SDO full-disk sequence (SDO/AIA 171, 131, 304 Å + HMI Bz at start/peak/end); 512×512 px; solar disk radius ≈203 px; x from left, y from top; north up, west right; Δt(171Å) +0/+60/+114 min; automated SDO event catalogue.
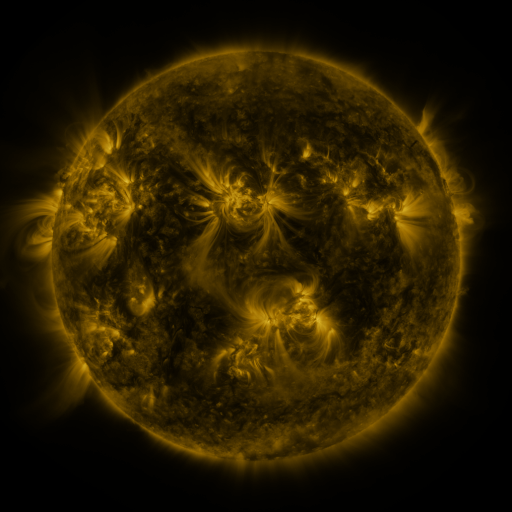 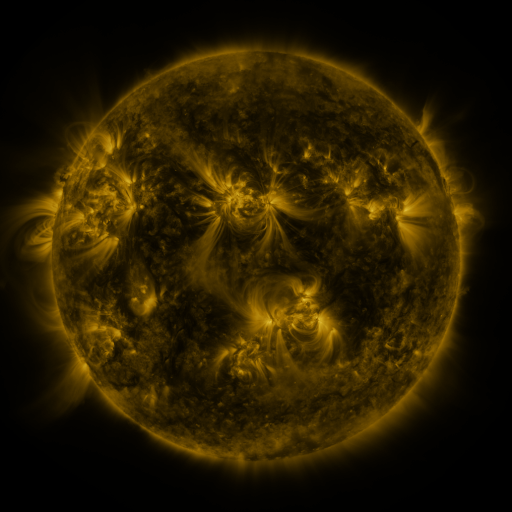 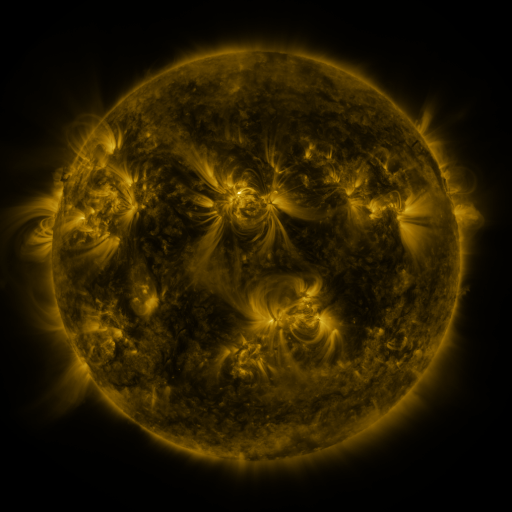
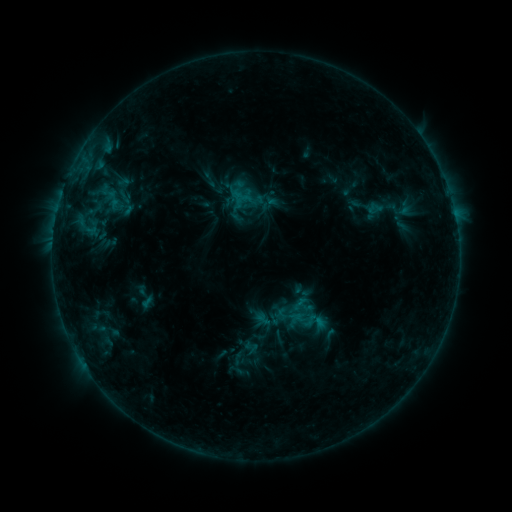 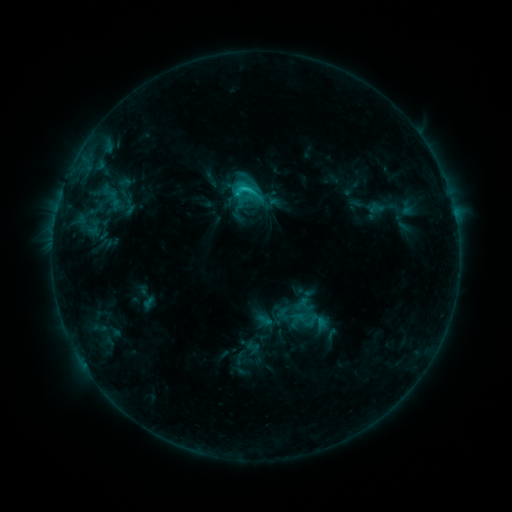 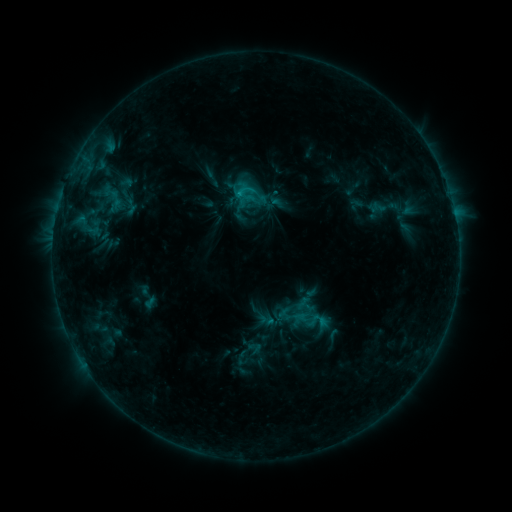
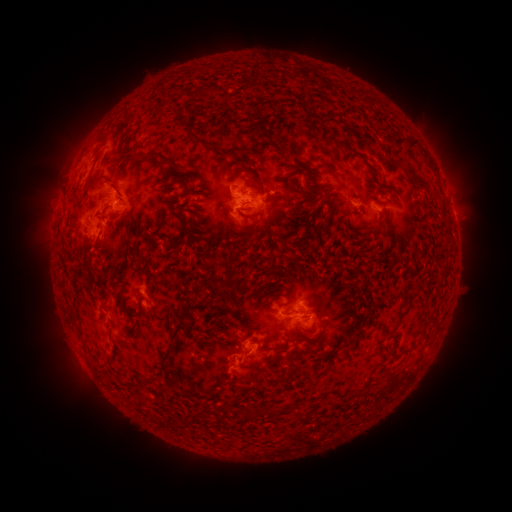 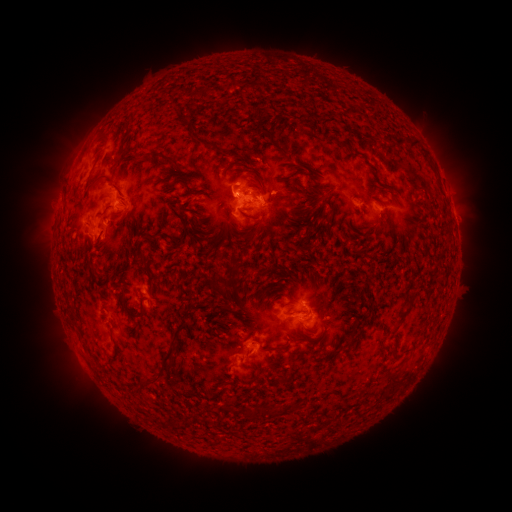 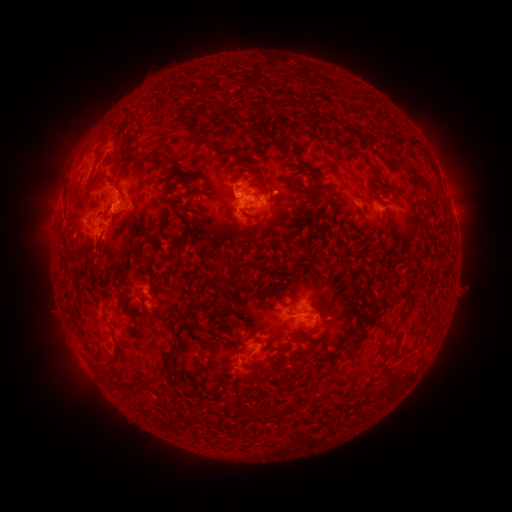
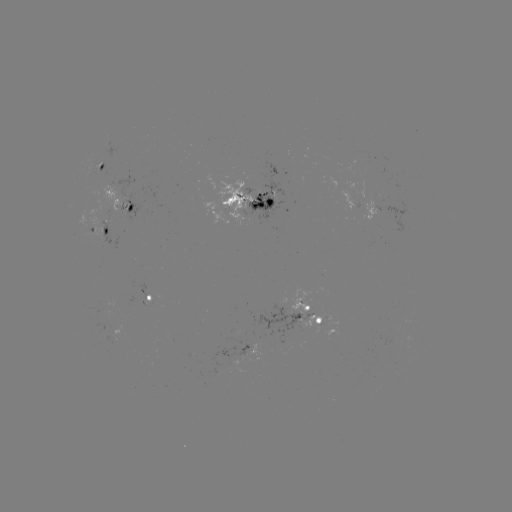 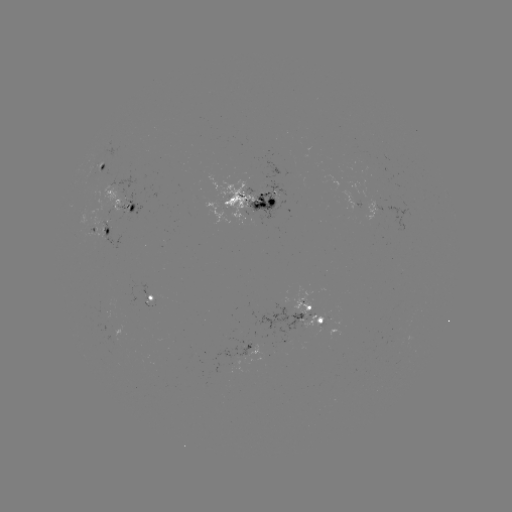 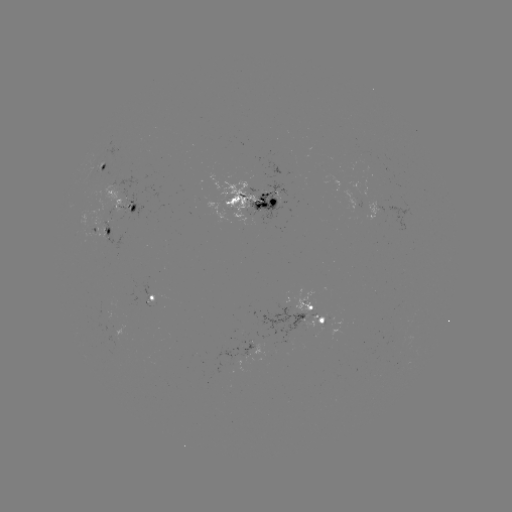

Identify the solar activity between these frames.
C2.6 flare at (246, 191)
